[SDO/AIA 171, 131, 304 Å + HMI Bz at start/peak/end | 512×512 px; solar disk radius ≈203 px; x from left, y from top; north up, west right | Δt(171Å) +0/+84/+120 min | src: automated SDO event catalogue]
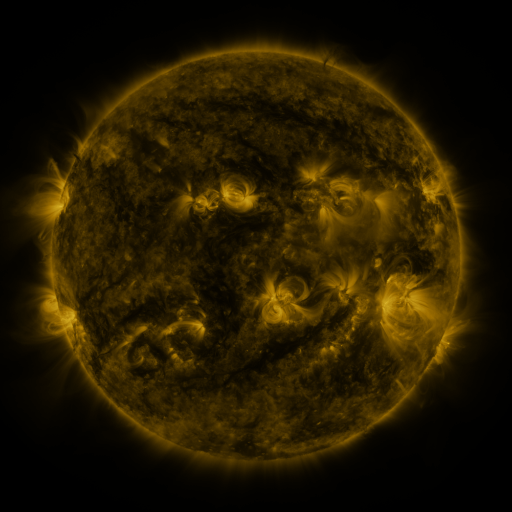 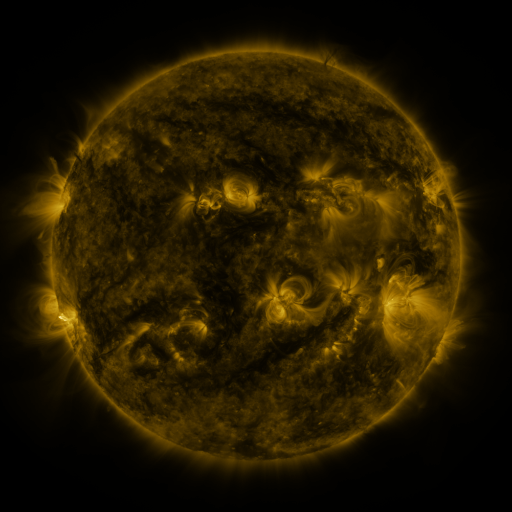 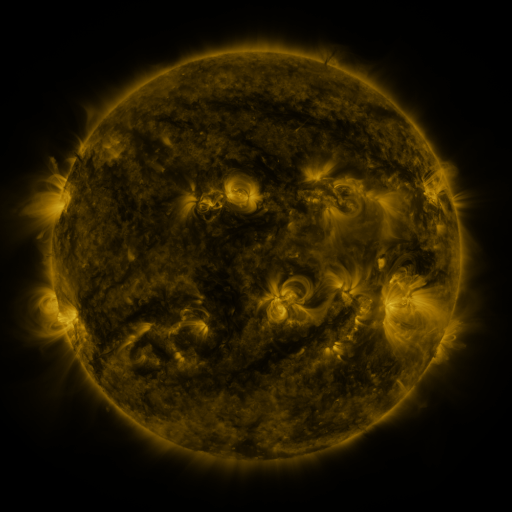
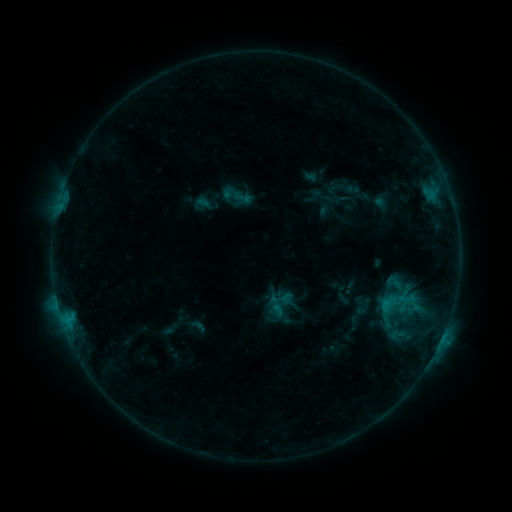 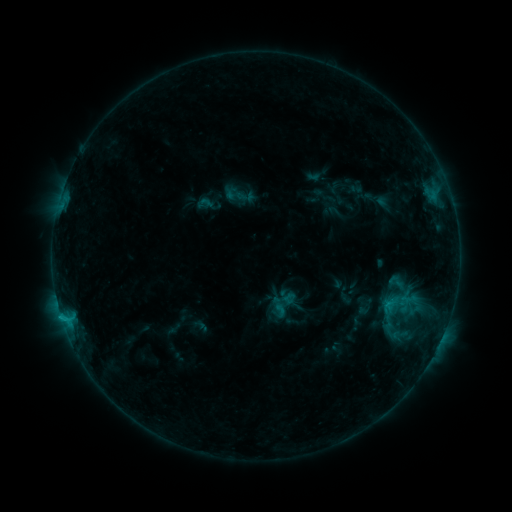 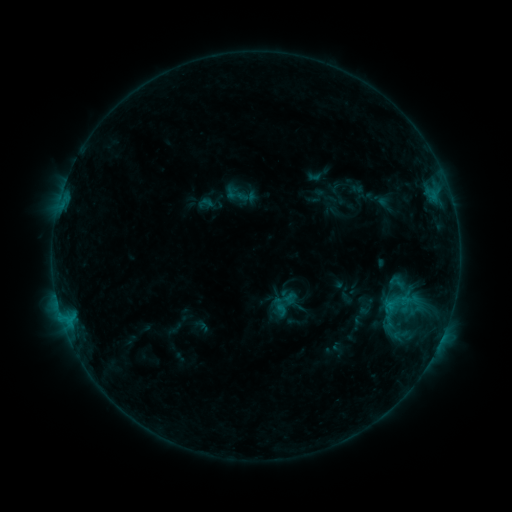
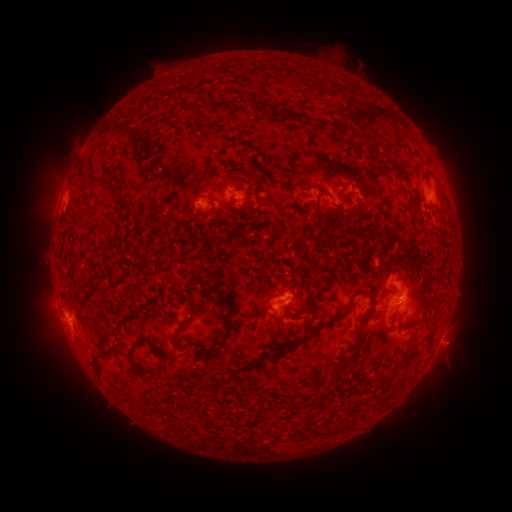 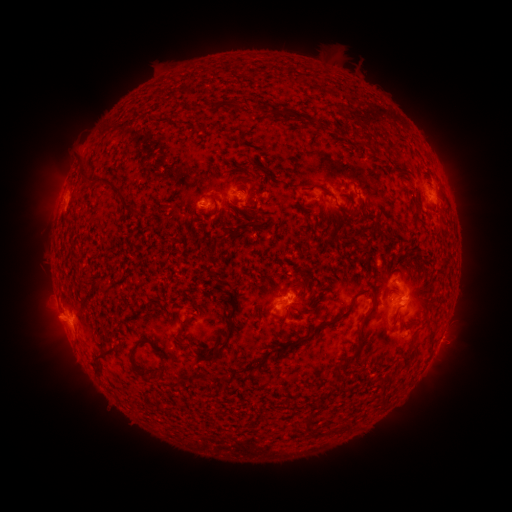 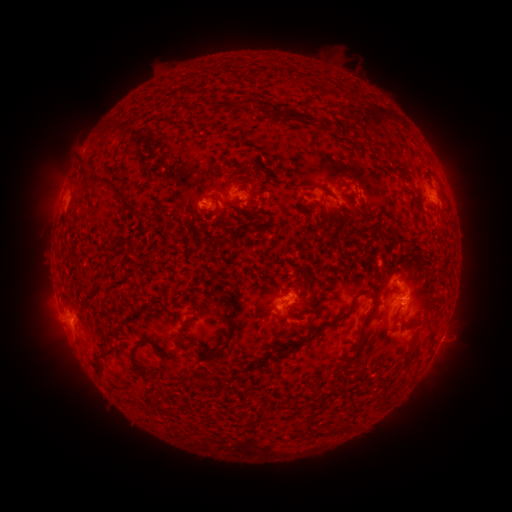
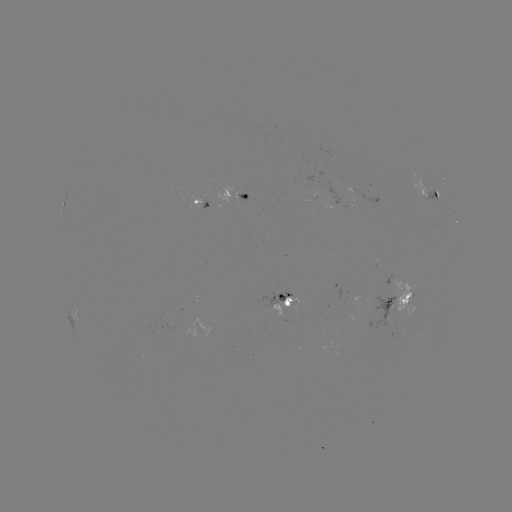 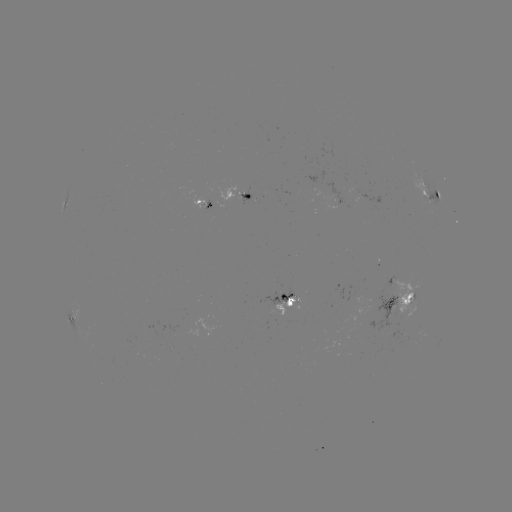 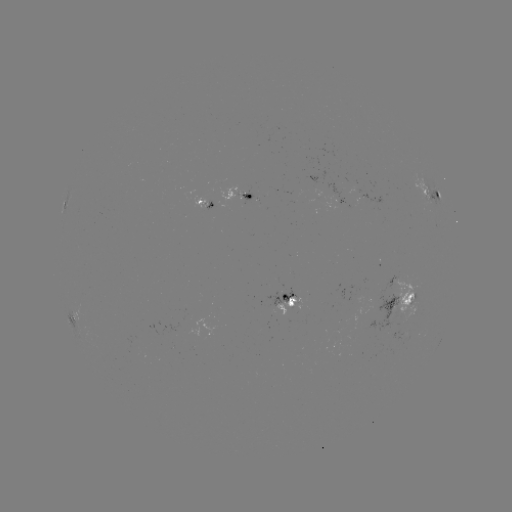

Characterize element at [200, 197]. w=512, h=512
emerging-flux region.